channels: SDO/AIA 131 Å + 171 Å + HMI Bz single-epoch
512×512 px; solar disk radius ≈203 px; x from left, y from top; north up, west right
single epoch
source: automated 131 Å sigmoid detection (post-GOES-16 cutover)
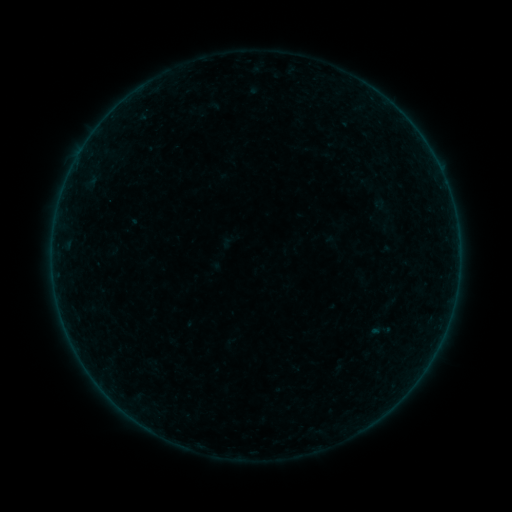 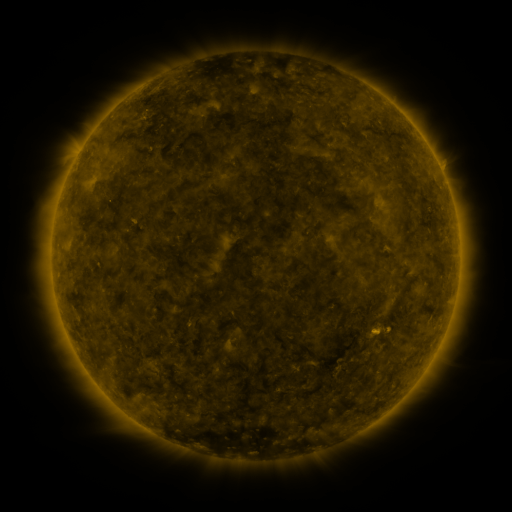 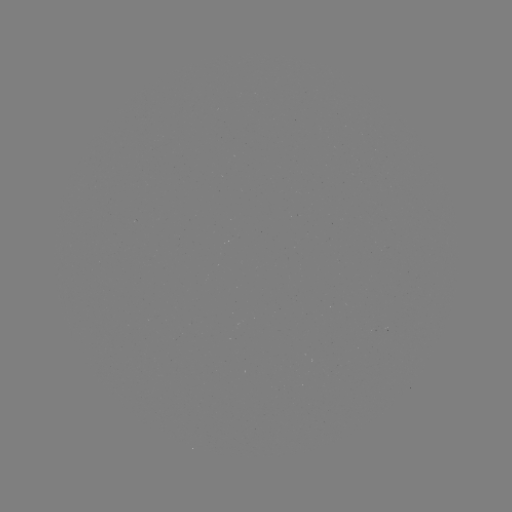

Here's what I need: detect sigmoid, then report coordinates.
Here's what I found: sigmoid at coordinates (380, 331).